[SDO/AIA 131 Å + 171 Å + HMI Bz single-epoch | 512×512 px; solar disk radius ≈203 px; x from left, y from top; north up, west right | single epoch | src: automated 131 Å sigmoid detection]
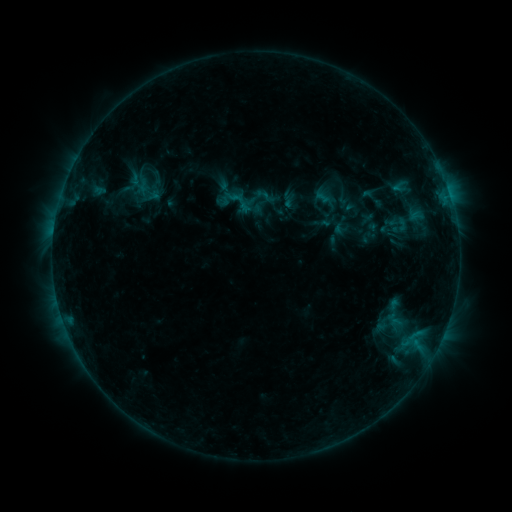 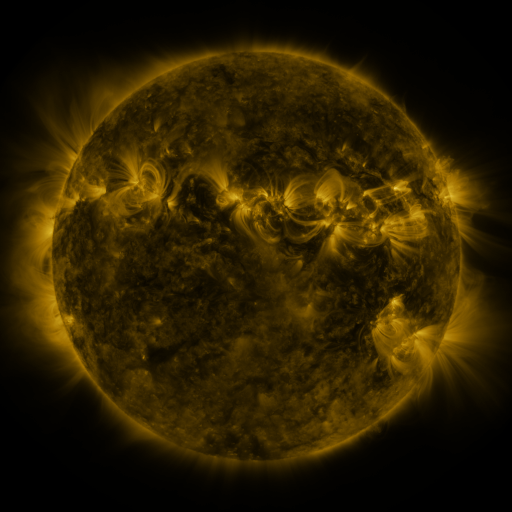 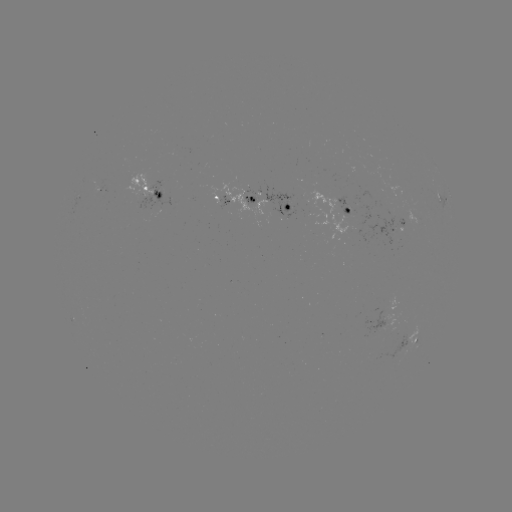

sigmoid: [385, 176, 417, 196]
